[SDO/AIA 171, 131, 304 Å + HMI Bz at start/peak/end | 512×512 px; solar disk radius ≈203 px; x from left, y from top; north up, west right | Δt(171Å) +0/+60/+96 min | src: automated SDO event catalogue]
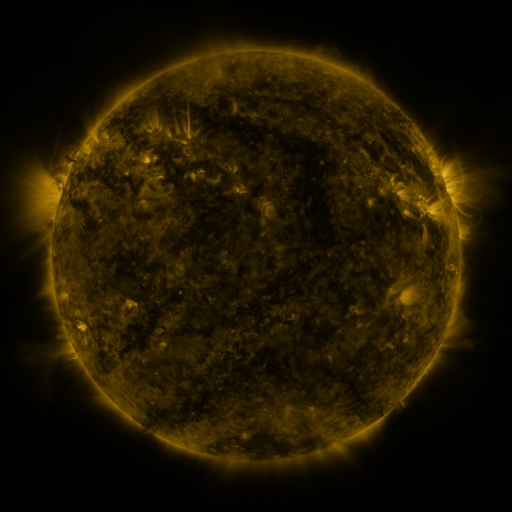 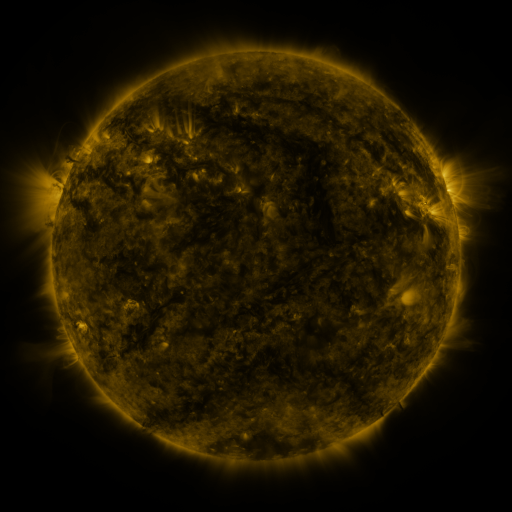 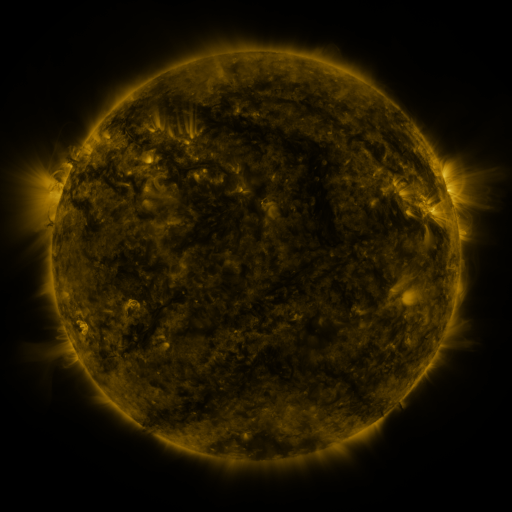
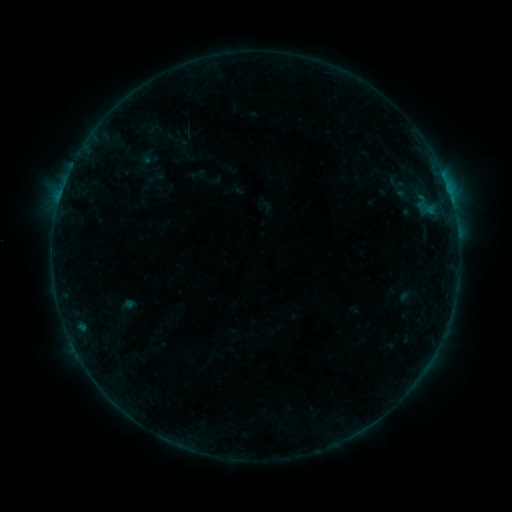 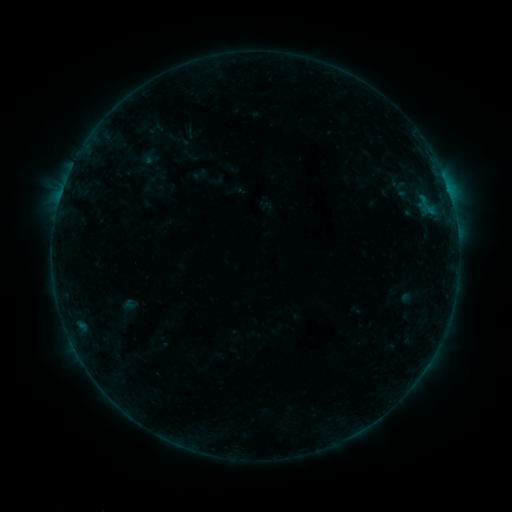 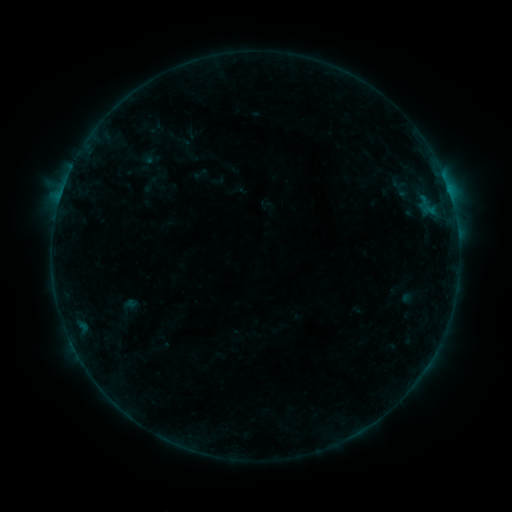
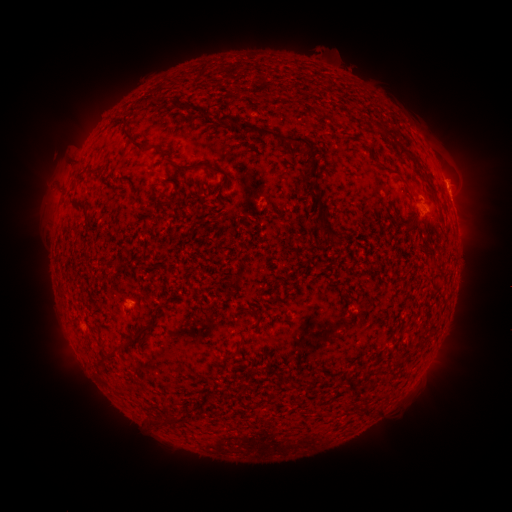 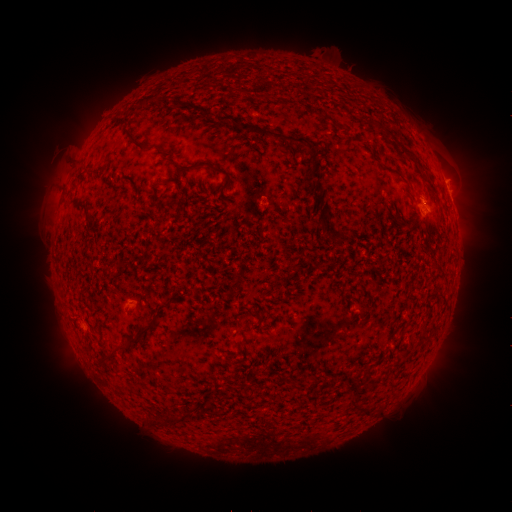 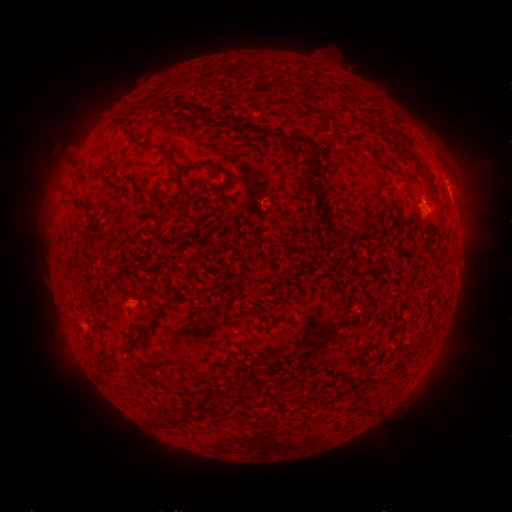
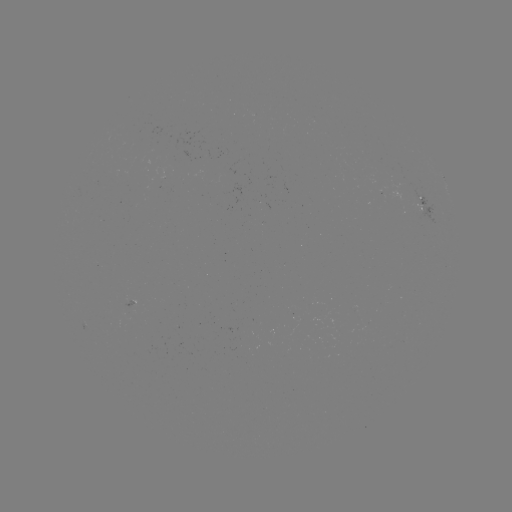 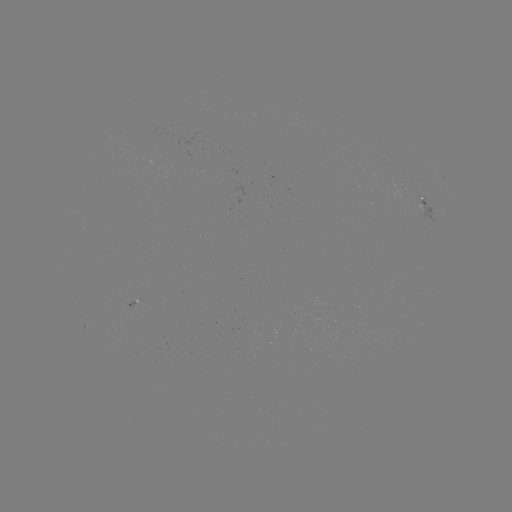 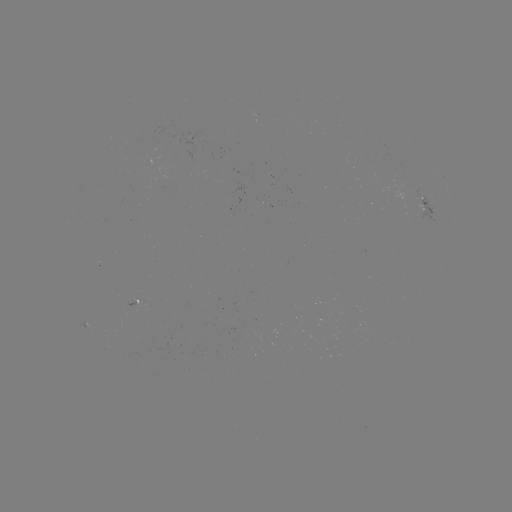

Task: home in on emerging-flux region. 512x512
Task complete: [194, 164].